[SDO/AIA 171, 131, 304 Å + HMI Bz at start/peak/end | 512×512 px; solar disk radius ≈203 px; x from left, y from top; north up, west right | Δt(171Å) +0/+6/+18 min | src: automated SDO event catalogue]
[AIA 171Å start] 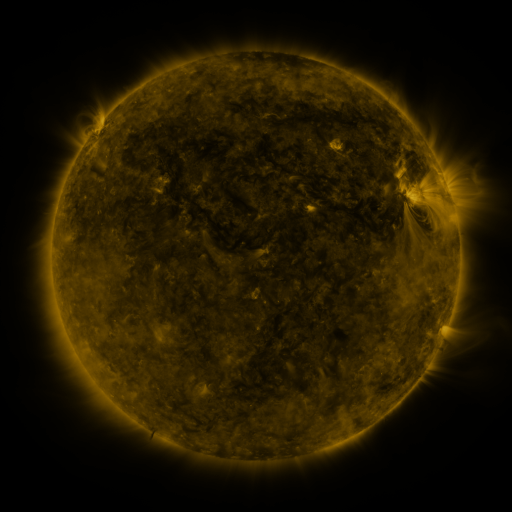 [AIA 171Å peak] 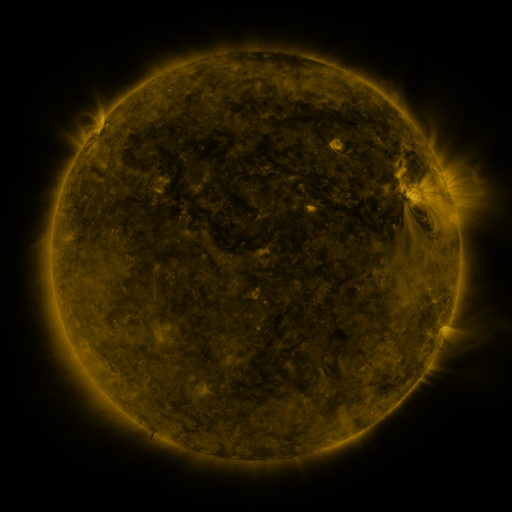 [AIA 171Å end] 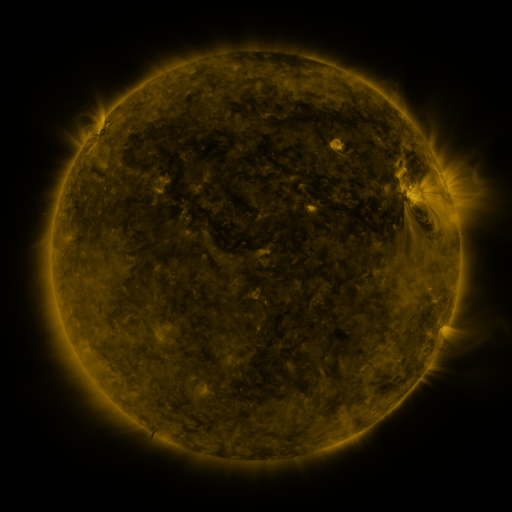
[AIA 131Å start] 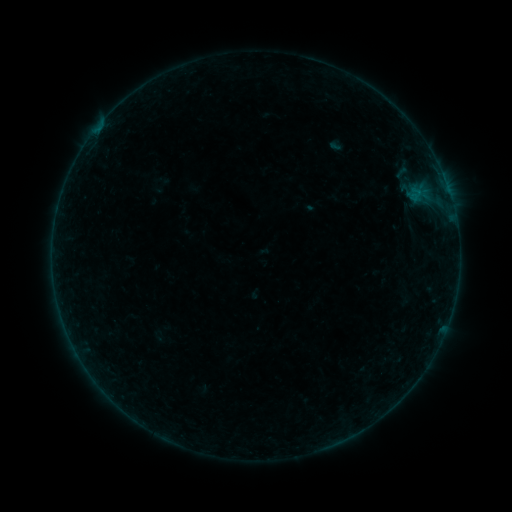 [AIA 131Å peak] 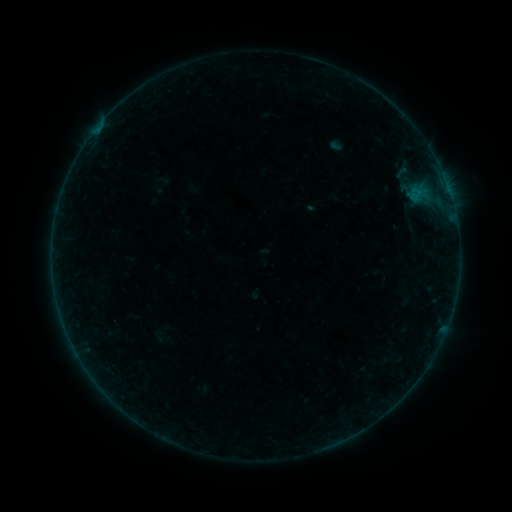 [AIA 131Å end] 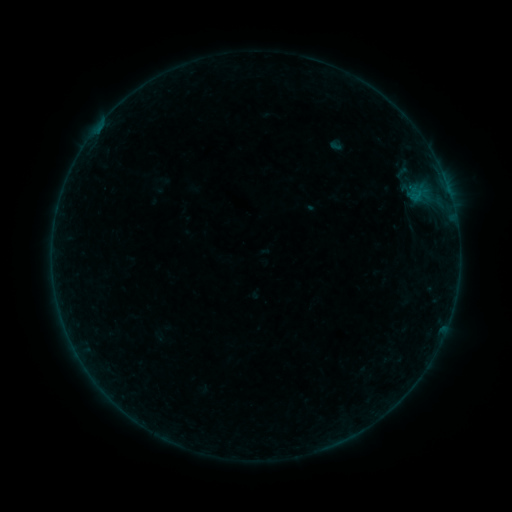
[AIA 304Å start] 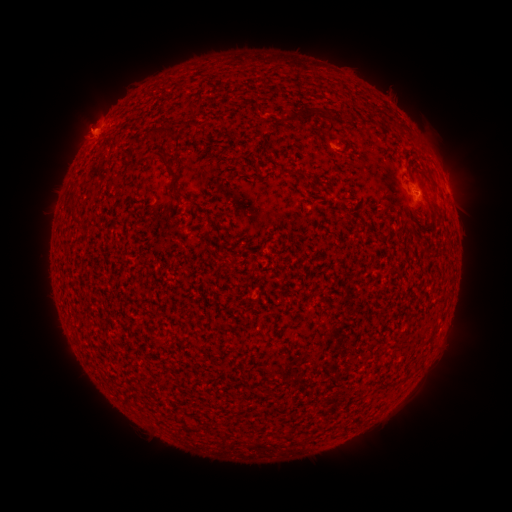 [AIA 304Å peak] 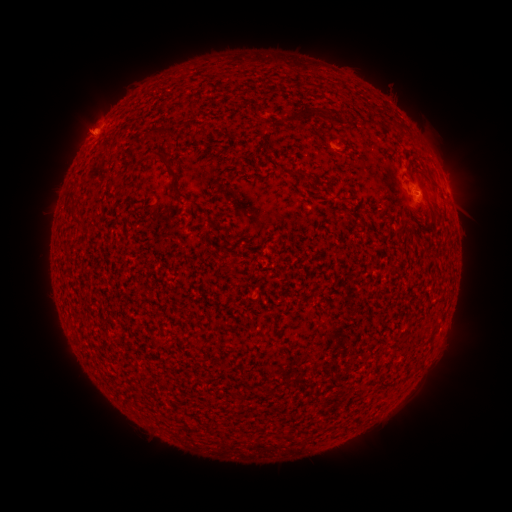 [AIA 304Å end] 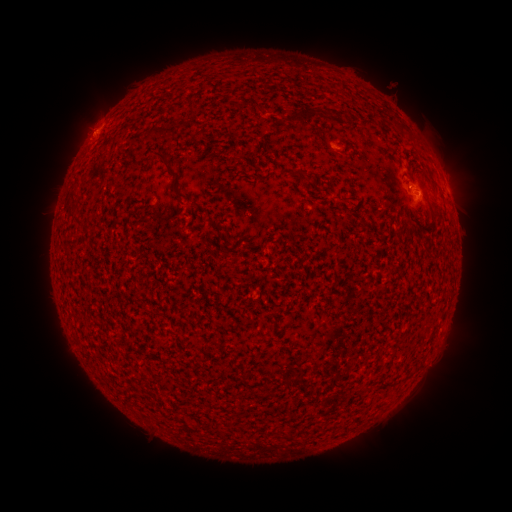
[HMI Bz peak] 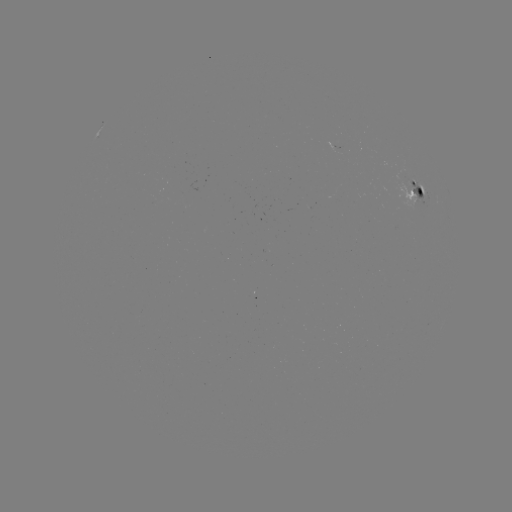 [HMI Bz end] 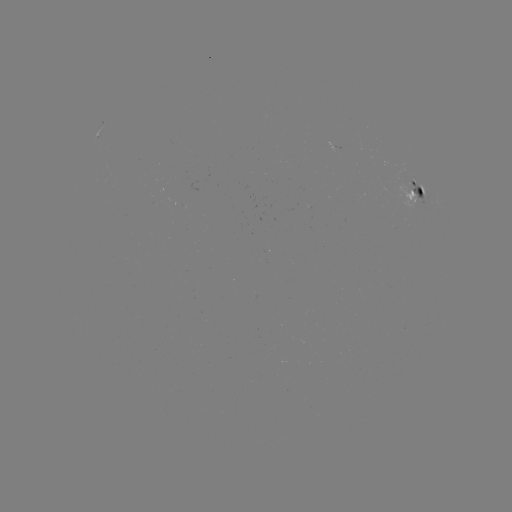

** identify eruption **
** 84,127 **